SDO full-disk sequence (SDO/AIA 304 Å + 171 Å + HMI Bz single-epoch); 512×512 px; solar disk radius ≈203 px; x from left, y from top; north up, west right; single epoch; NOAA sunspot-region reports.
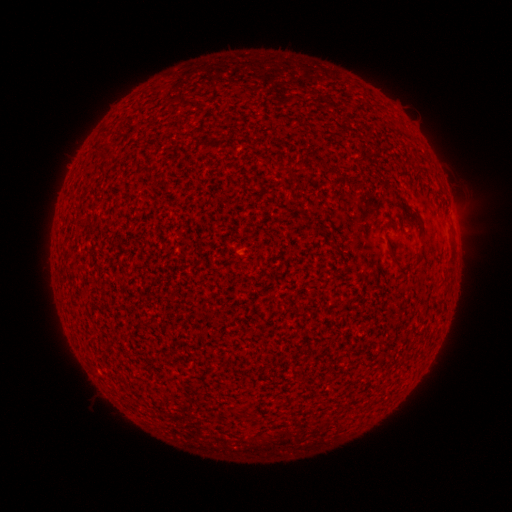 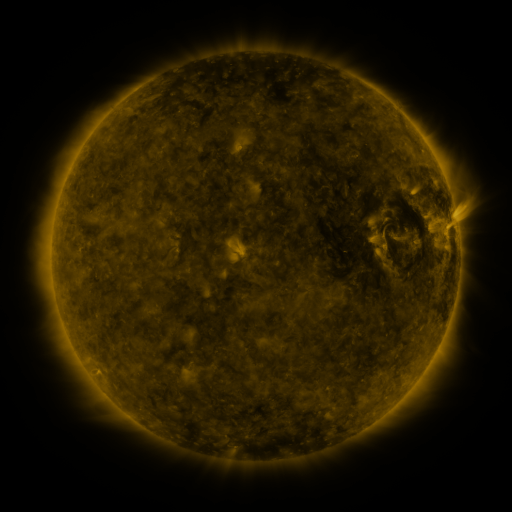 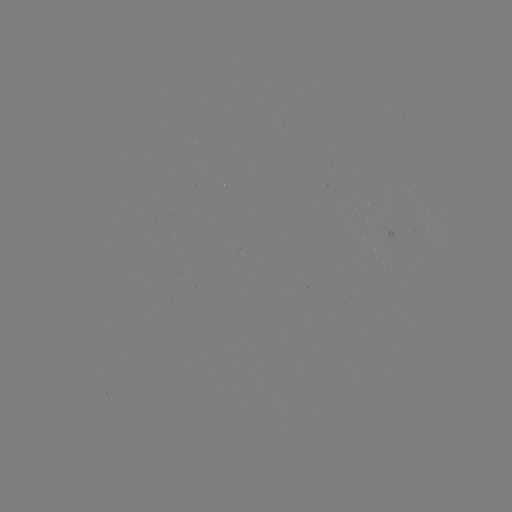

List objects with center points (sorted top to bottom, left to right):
(none)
